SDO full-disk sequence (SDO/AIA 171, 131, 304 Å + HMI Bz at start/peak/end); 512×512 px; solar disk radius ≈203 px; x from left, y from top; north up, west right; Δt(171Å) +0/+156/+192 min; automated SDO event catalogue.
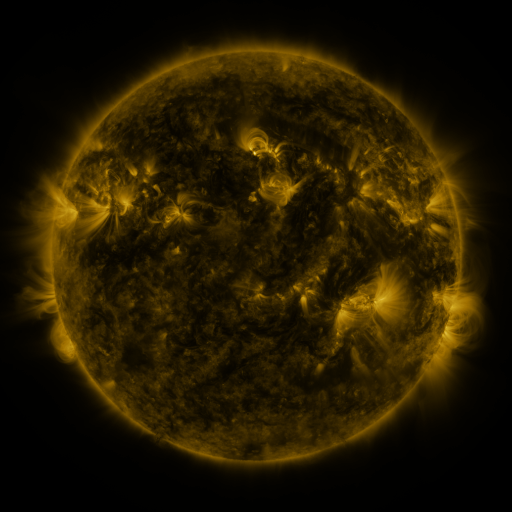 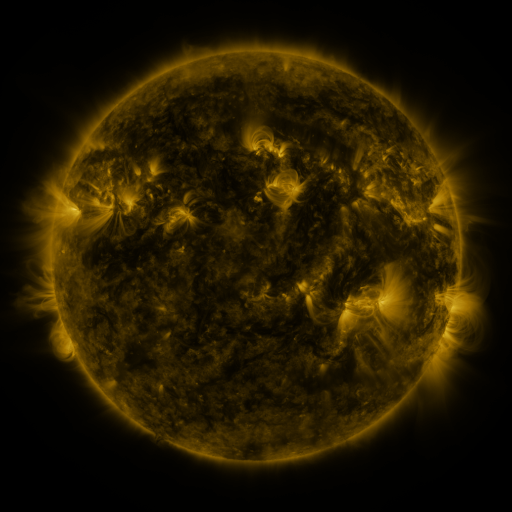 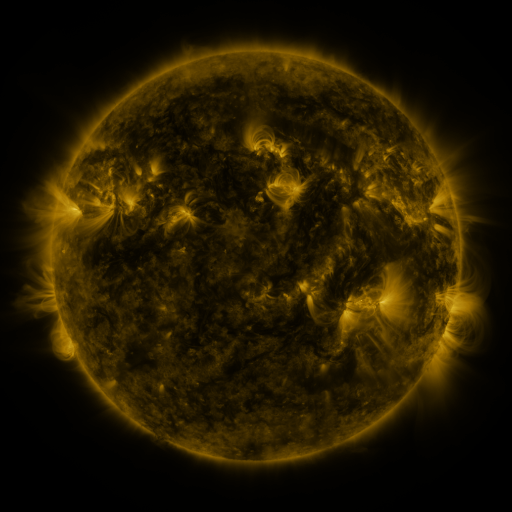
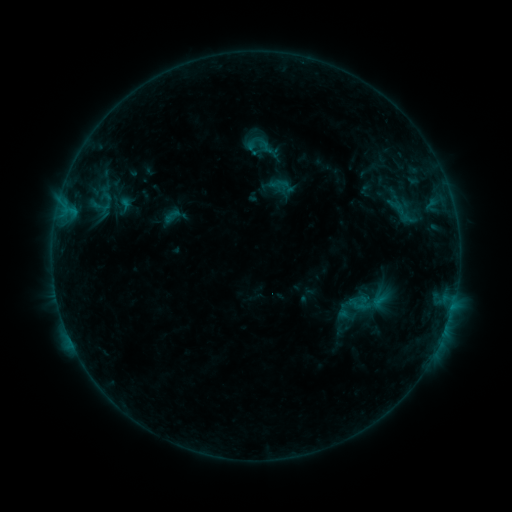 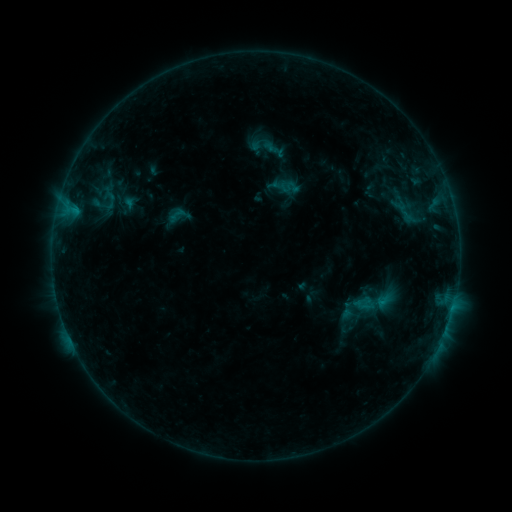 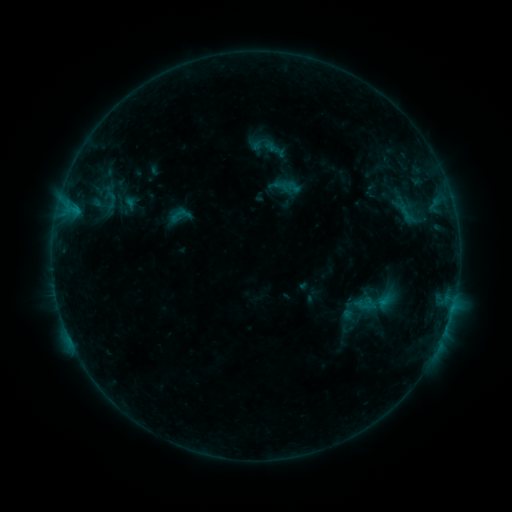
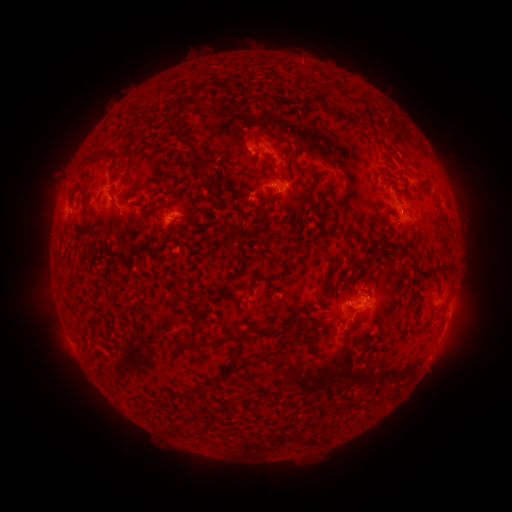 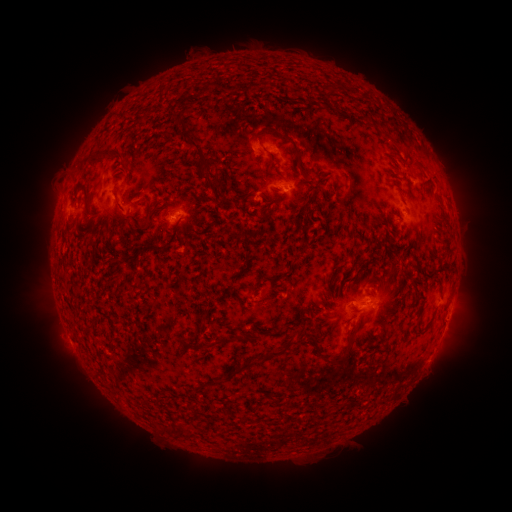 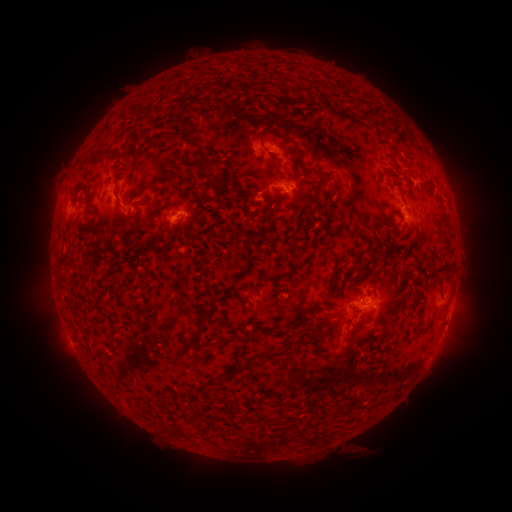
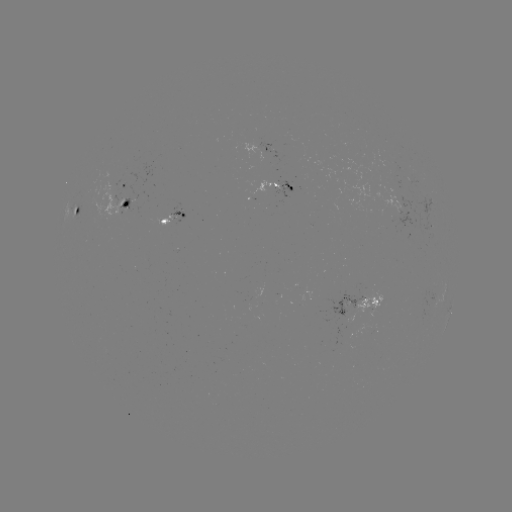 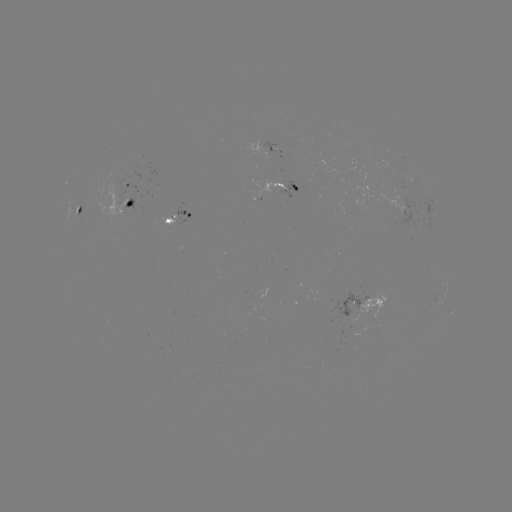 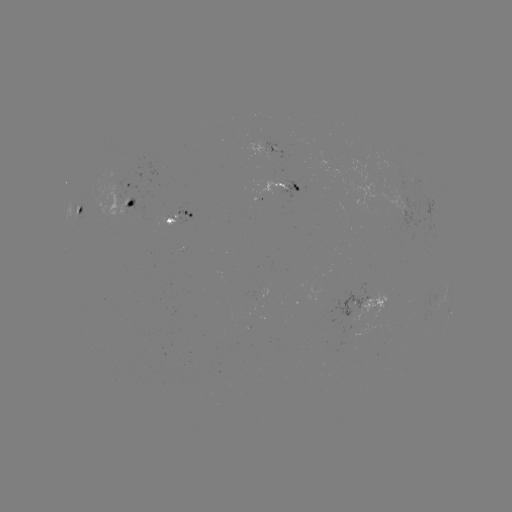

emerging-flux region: [161, 213, 176, 225]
